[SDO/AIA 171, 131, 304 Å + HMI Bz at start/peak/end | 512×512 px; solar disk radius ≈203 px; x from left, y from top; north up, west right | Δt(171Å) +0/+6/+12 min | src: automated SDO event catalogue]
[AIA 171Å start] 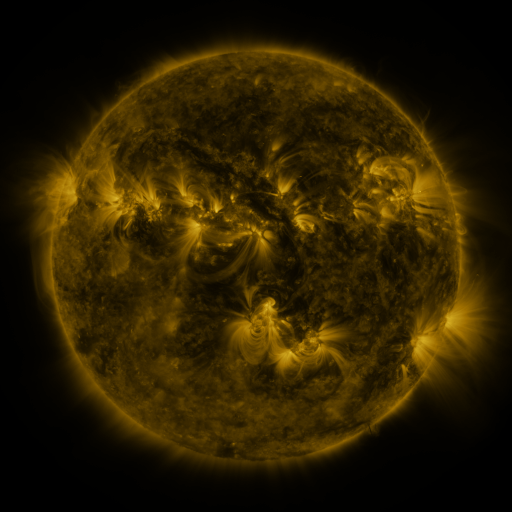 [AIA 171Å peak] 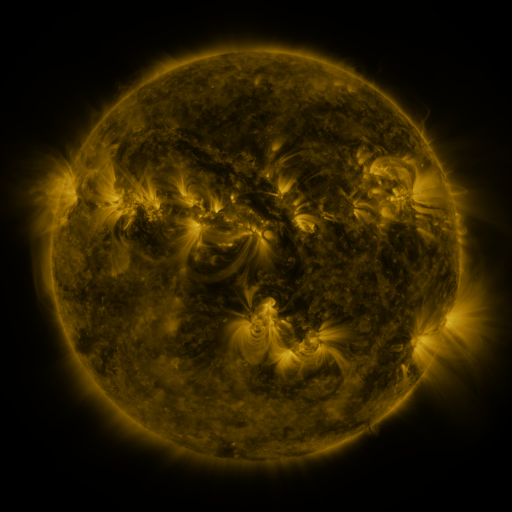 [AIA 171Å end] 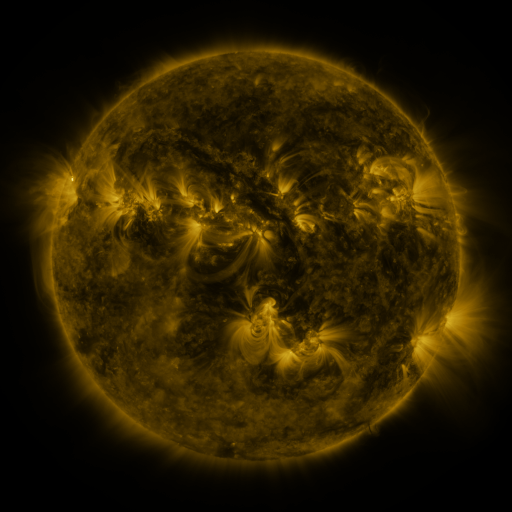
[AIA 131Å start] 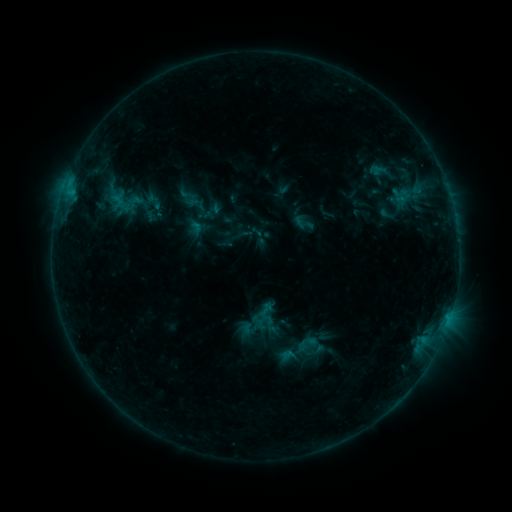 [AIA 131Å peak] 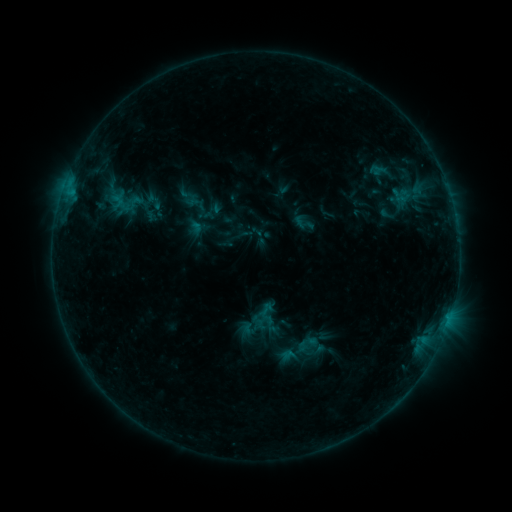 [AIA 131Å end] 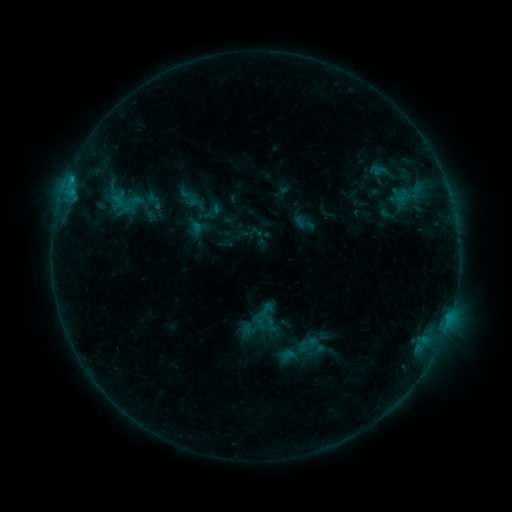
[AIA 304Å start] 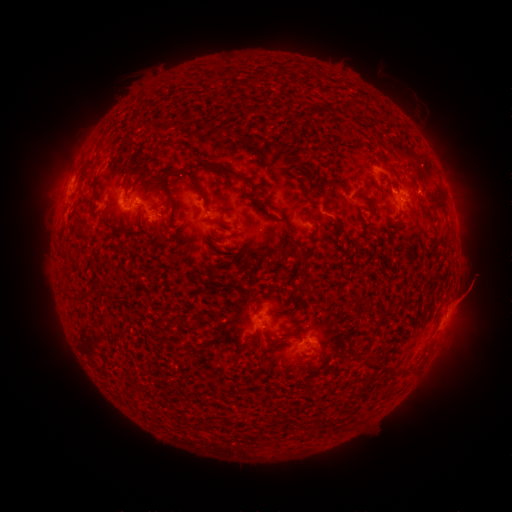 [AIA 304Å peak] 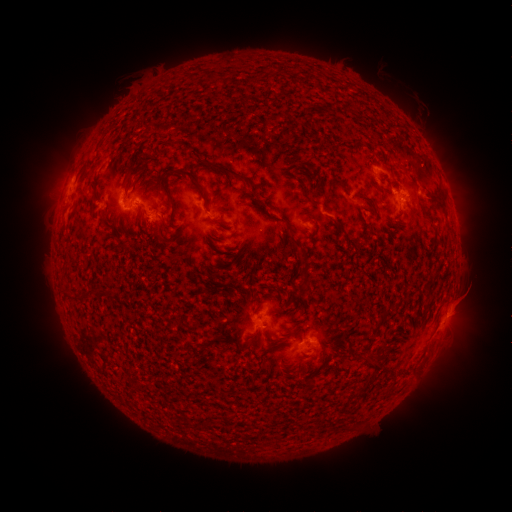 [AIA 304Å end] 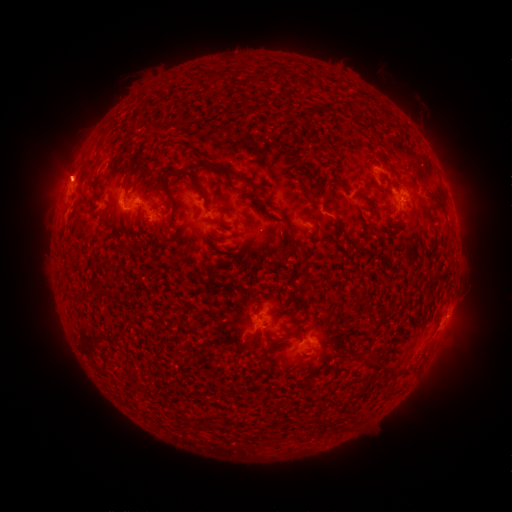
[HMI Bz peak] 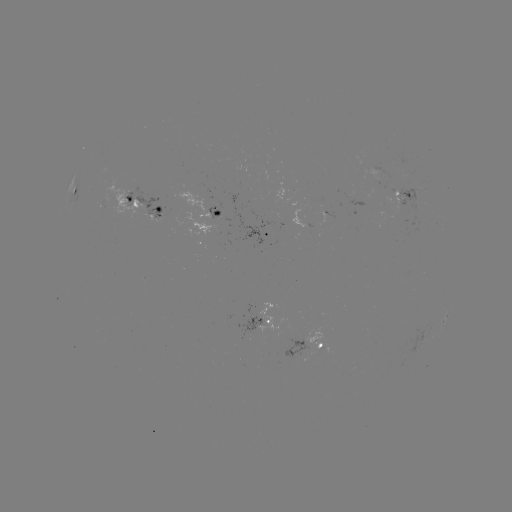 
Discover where eruption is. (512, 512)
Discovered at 473,291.